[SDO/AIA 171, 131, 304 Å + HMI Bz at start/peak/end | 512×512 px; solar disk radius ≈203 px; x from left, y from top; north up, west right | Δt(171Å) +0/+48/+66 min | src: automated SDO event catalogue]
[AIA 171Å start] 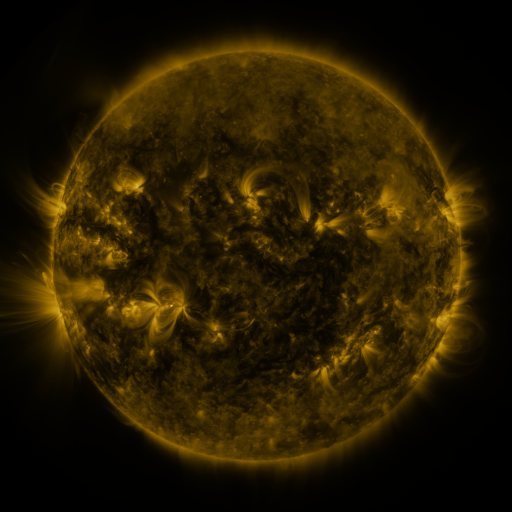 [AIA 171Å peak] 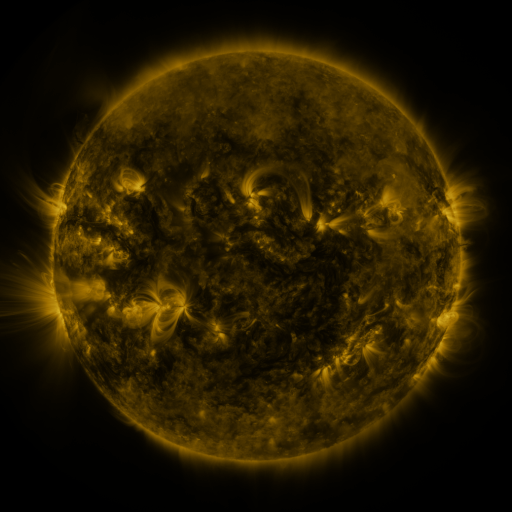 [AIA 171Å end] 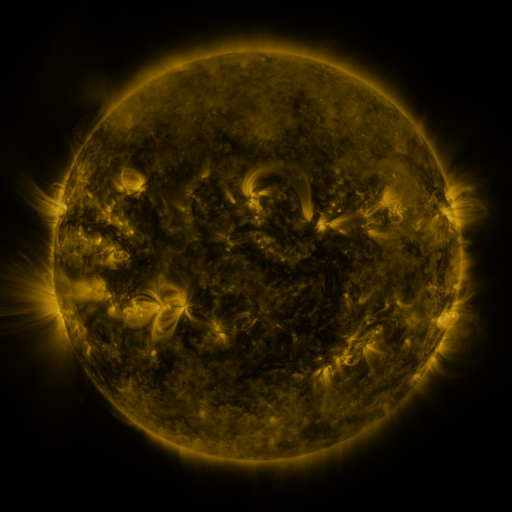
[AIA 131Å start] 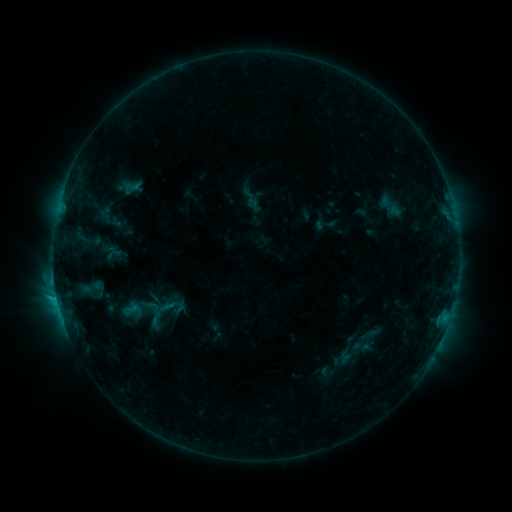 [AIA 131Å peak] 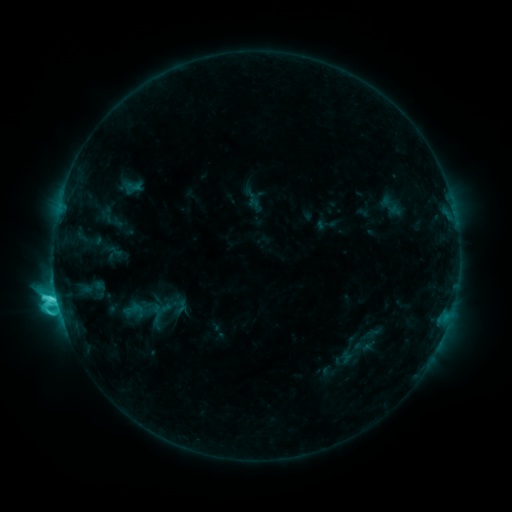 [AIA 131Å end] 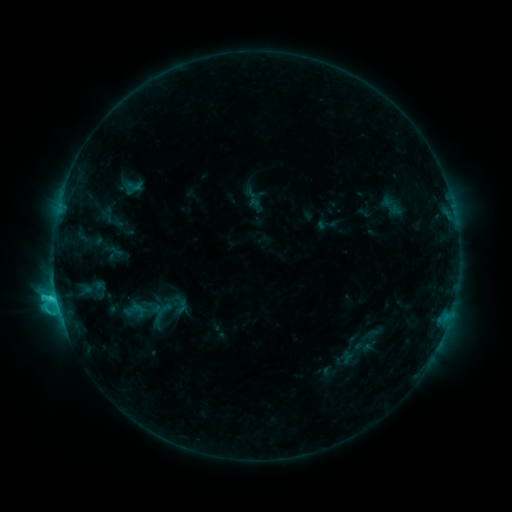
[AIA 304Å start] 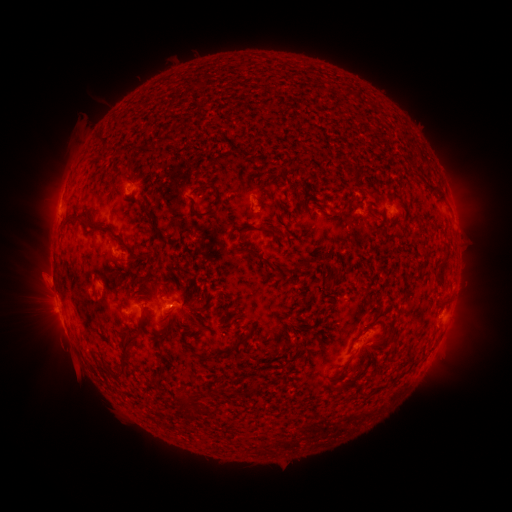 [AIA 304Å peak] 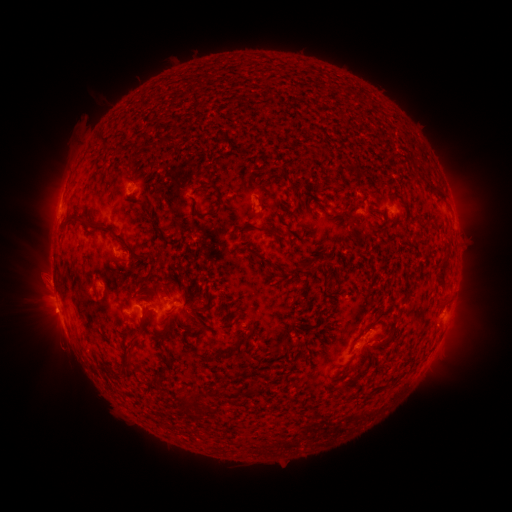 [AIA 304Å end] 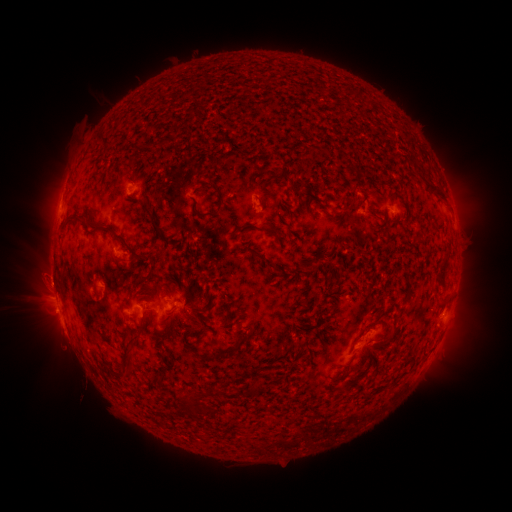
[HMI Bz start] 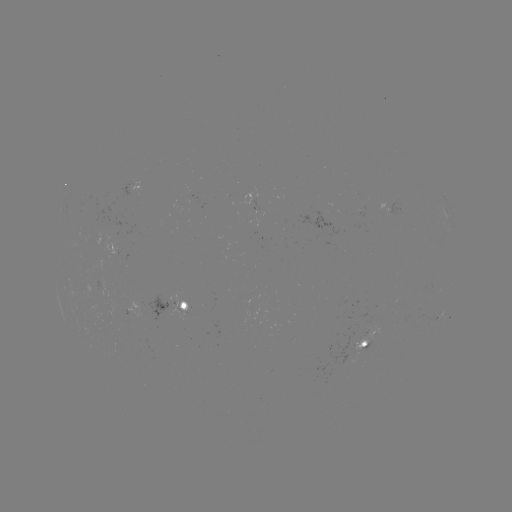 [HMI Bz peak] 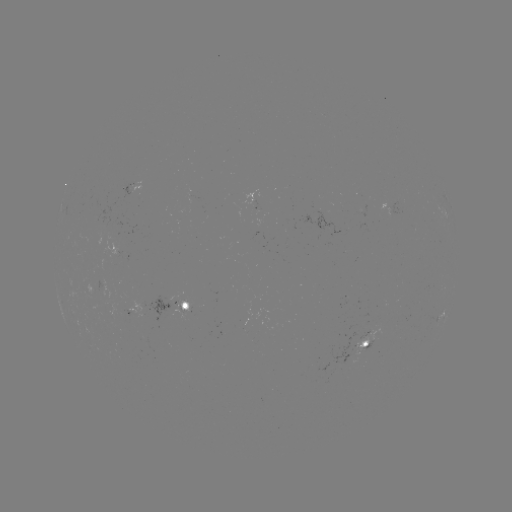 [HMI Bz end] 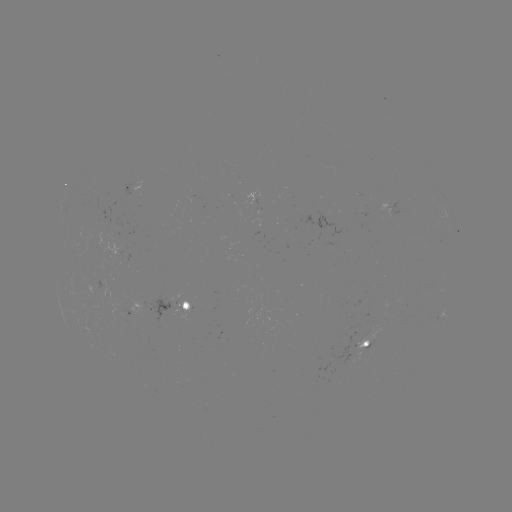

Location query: C6.4 flare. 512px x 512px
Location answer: (56, 295).